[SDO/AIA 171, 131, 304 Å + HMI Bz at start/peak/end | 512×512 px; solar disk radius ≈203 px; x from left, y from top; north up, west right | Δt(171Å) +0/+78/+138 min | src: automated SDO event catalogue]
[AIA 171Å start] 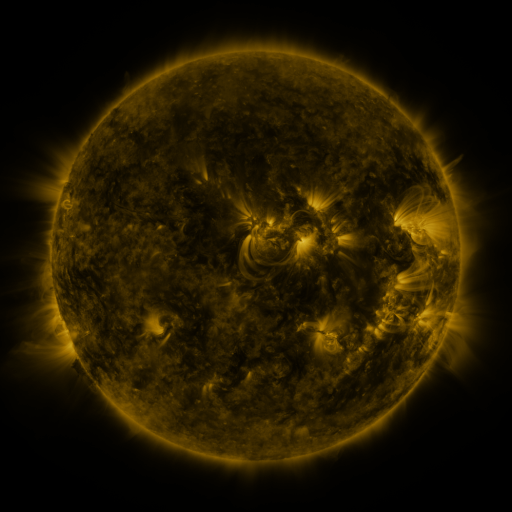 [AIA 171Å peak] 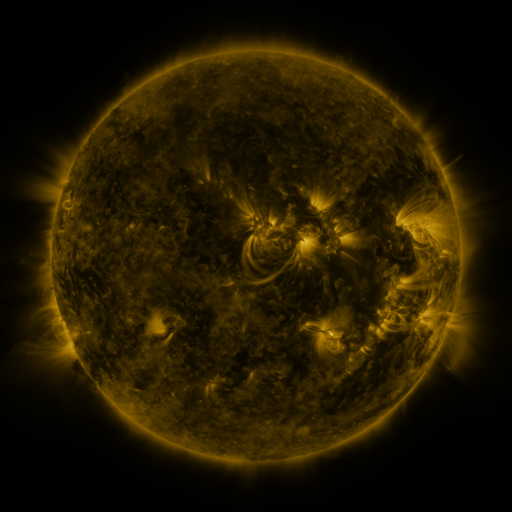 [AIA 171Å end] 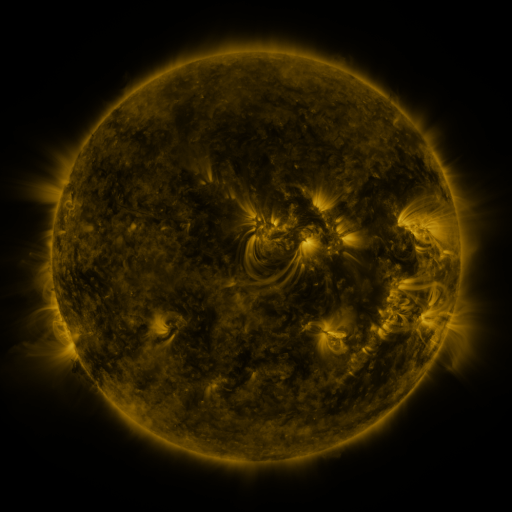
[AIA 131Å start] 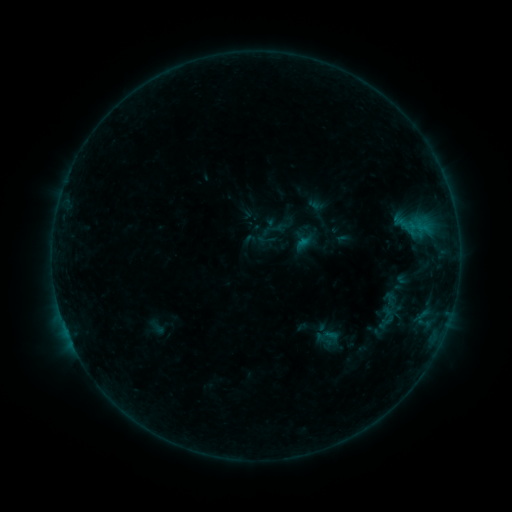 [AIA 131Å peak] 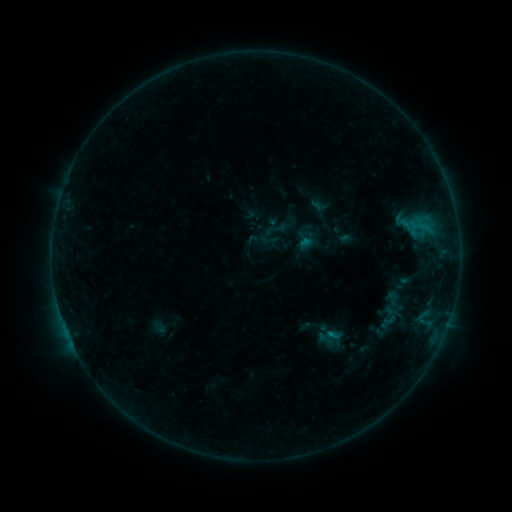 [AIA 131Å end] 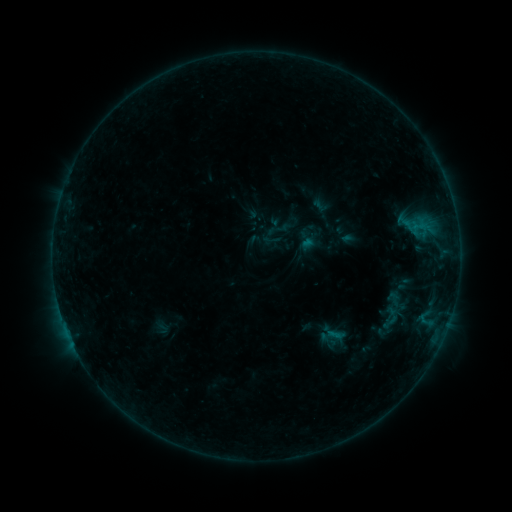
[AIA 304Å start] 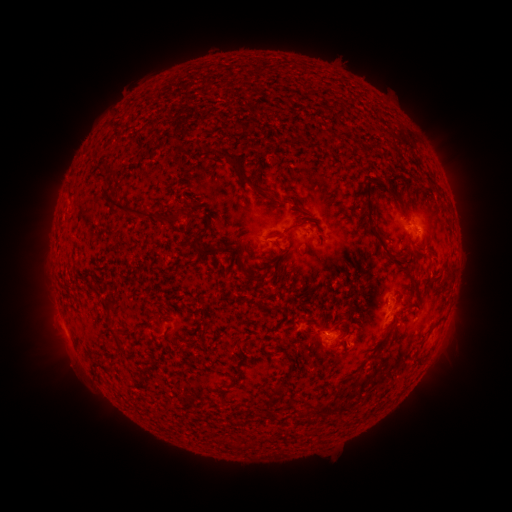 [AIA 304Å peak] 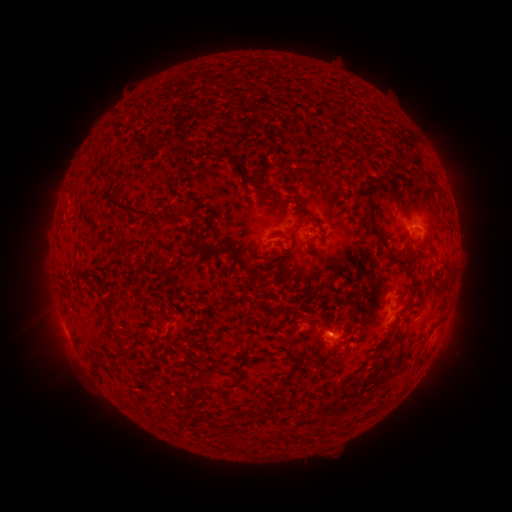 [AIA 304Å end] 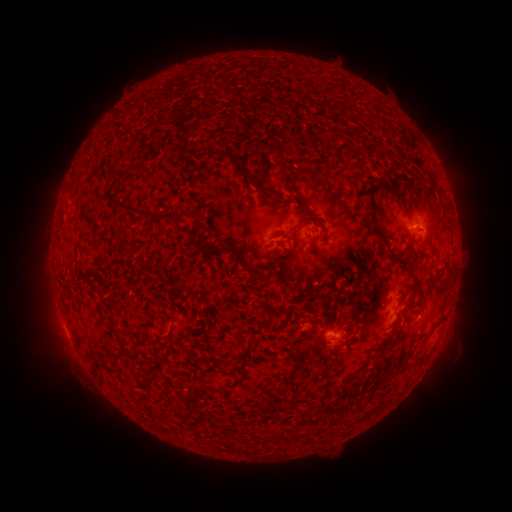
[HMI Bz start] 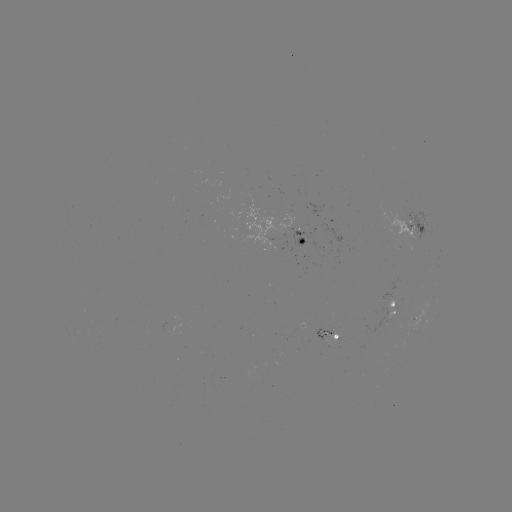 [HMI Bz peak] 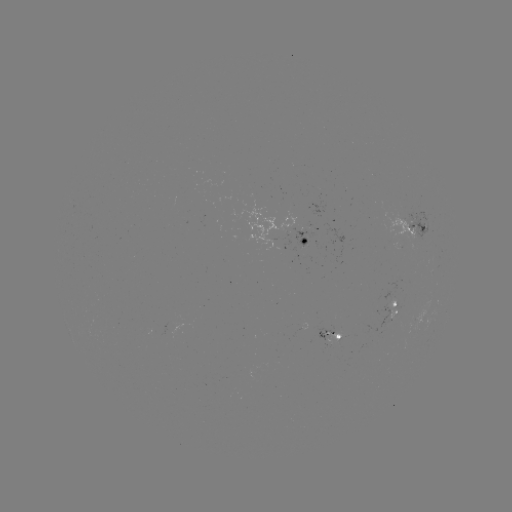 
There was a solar emerging-flux region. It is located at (302, 244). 